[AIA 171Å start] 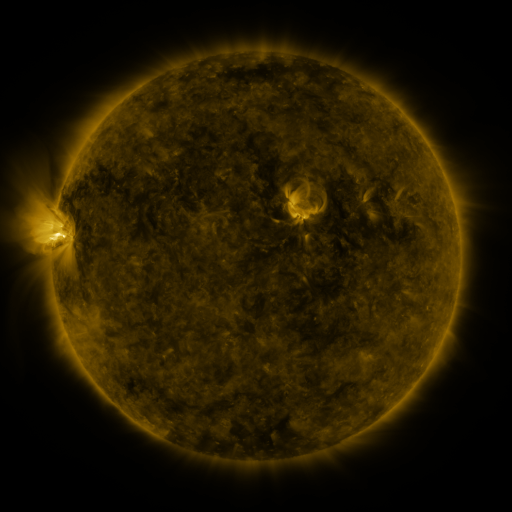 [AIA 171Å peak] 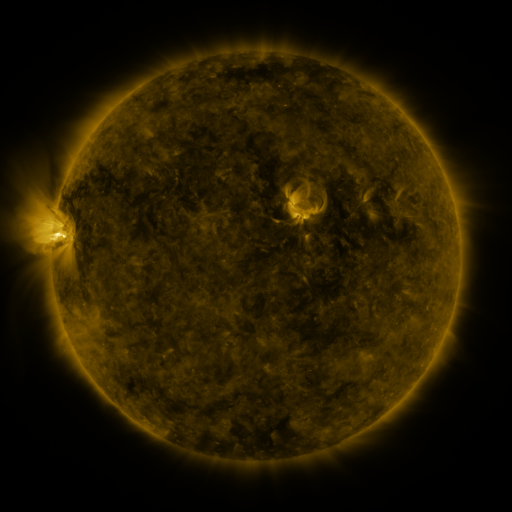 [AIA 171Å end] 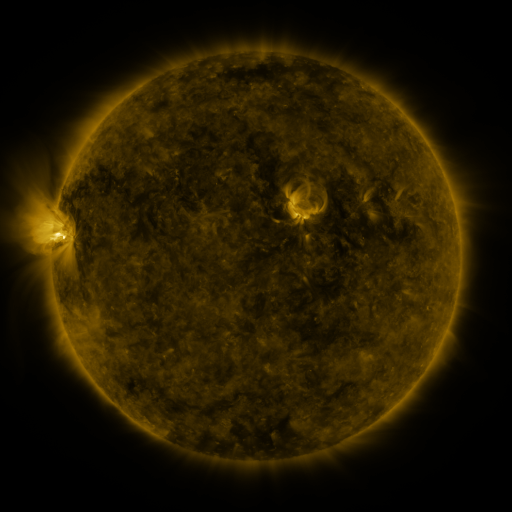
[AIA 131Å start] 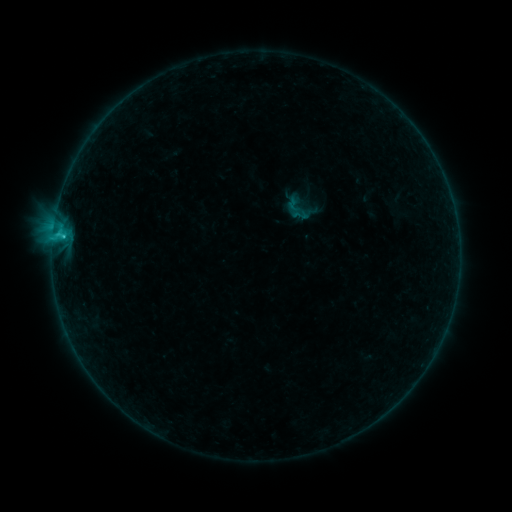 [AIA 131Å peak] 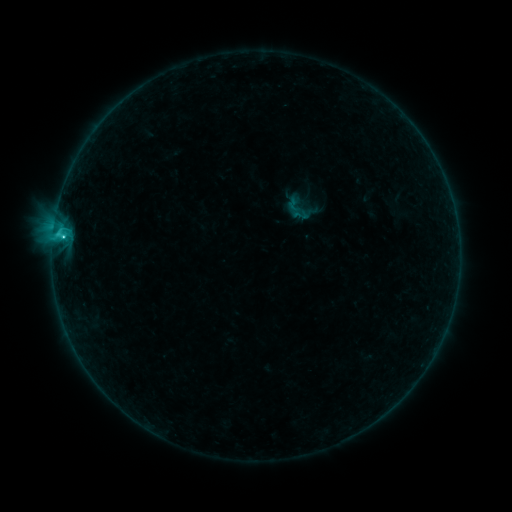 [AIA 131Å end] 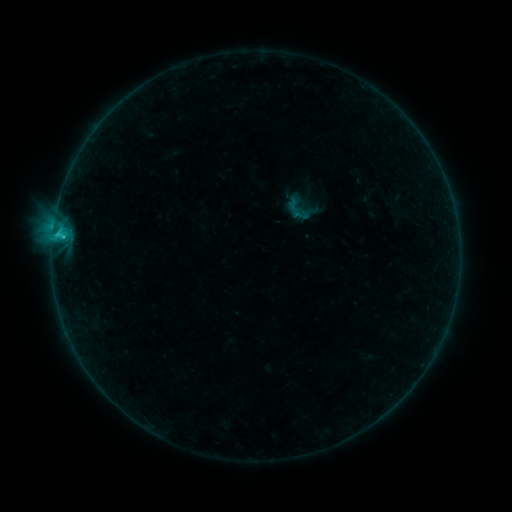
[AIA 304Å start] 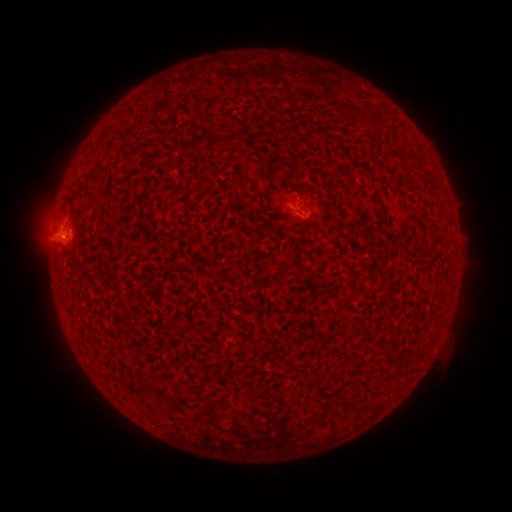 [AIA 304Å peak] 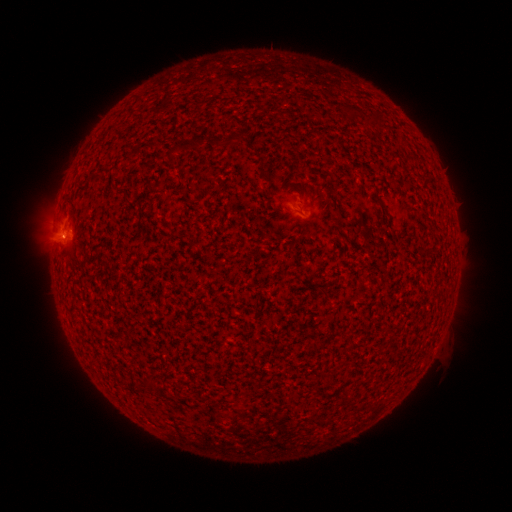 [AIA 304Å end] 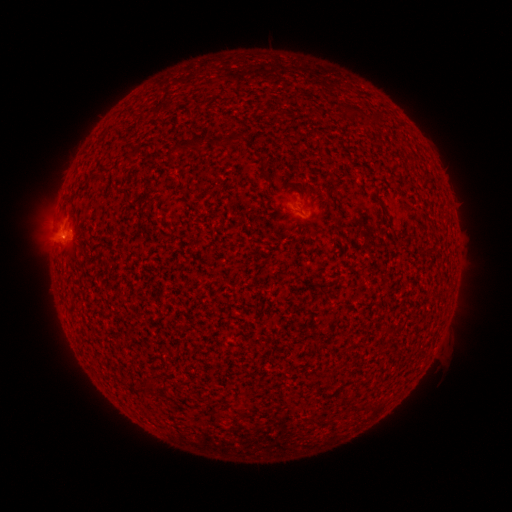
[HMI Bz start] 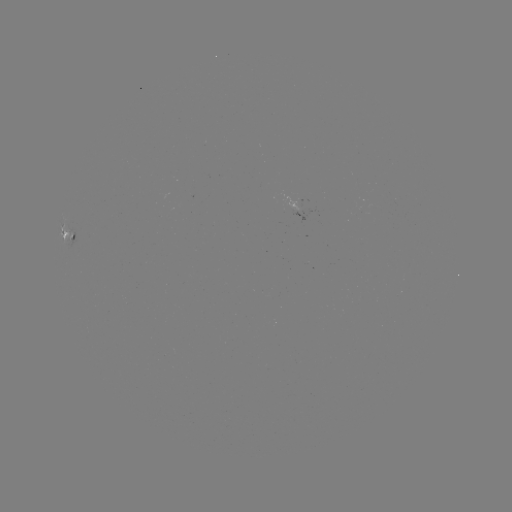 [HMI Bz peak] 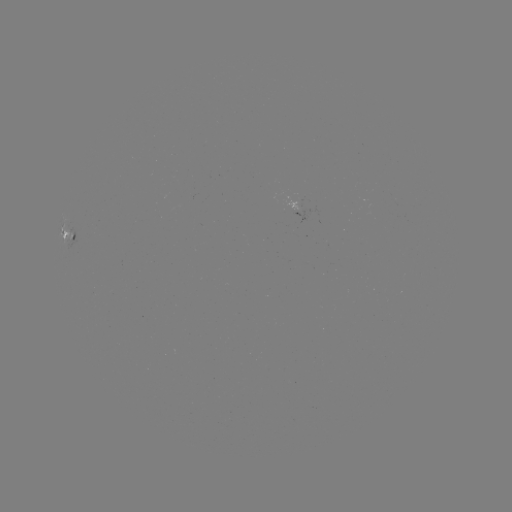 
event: flare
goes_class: C1.1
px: (62, 241)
